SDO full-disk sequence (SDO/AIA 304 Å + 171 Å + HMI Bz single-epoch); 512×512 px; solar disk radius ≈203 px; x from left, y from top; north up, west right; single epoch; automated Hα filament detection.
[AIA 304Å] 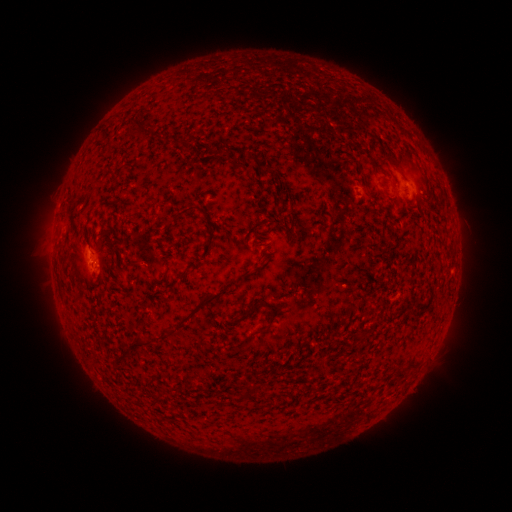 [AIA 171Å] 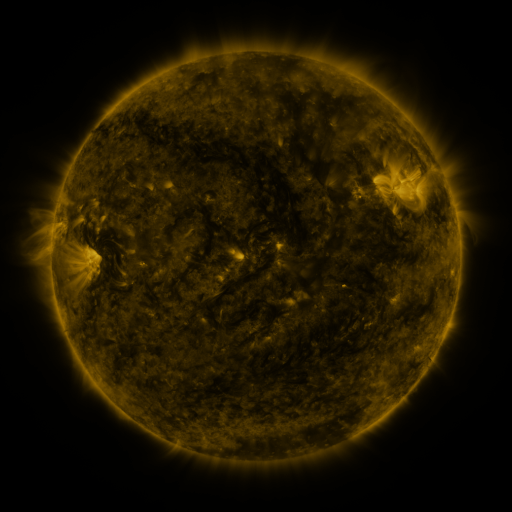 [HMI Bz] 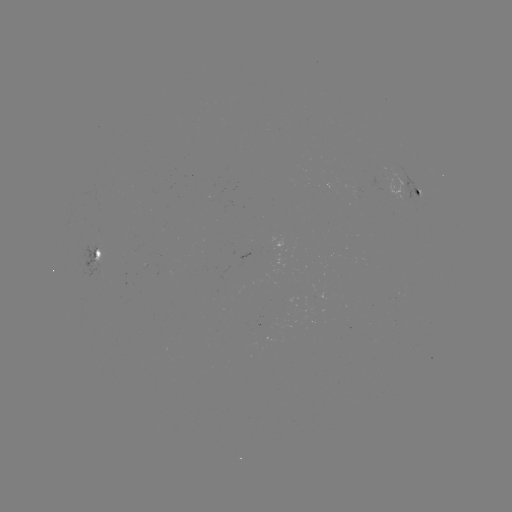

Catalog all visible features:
filament: (186, 142)
filament: (229, 151)
filament: (254, 159)
filament: (394, 159)
filament: (371, 161)
filament: (188, 210)
filament: (255, 303)
filament: (196, 308)
filament: (261, 331)
filament: (138, 341)
filament: (125, 355)
filament: (246, 393)
